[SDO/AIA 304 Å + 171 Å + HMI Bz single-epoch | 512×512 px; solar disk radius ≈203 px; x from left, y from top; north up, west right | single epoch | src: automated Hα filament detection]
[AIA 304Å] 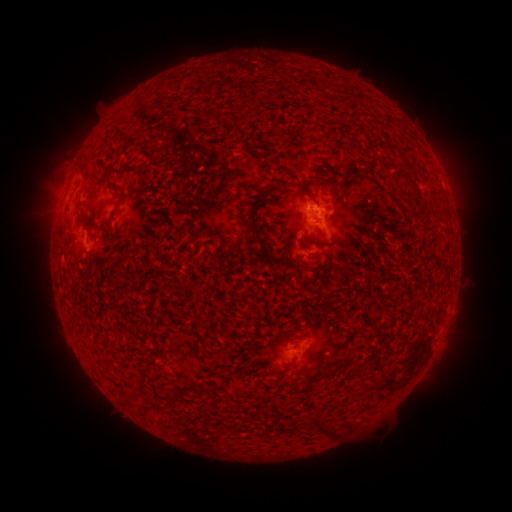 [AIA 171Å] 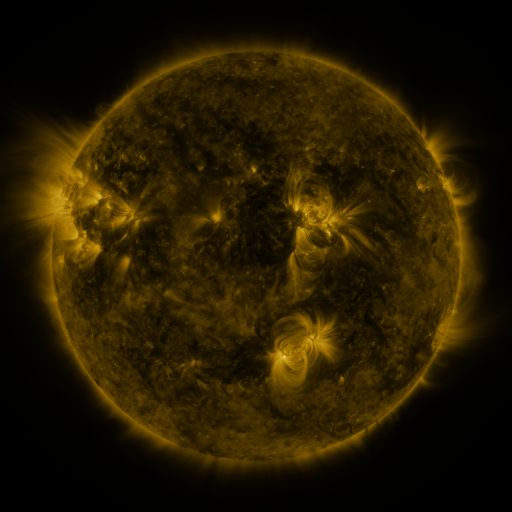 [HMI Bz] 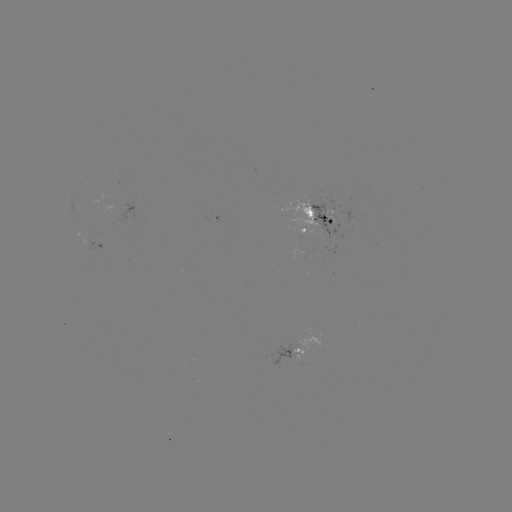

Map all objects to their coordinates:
filament: (392, 148)
filament: (346, 169)
filament: (109, 220)
filament: (253, 220)
filament: (429, 230)
filament: (357, 372)
filament: (322, 430)
